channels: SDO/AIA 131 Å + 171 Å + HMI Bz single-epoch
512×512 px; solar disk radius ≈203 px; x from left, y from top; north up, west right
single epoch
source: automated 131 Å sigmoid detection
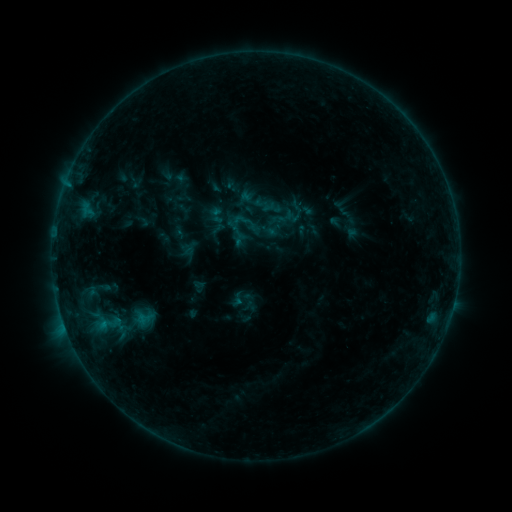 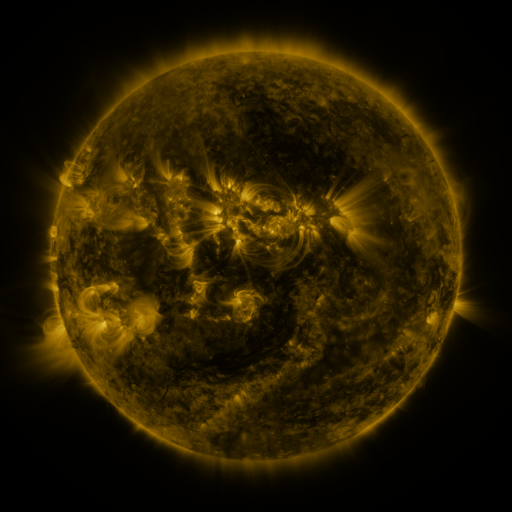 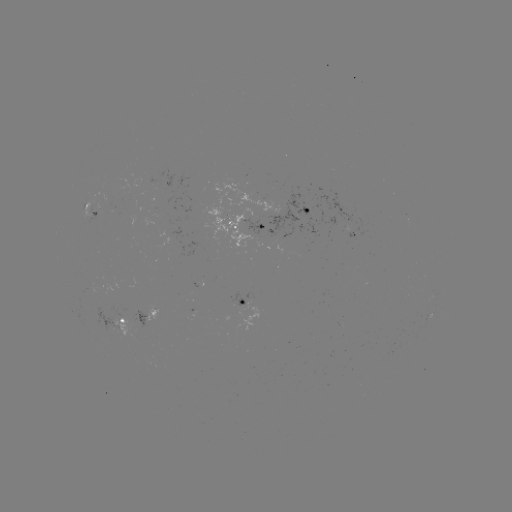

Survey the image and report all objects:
sigmoid: (217, 215)
